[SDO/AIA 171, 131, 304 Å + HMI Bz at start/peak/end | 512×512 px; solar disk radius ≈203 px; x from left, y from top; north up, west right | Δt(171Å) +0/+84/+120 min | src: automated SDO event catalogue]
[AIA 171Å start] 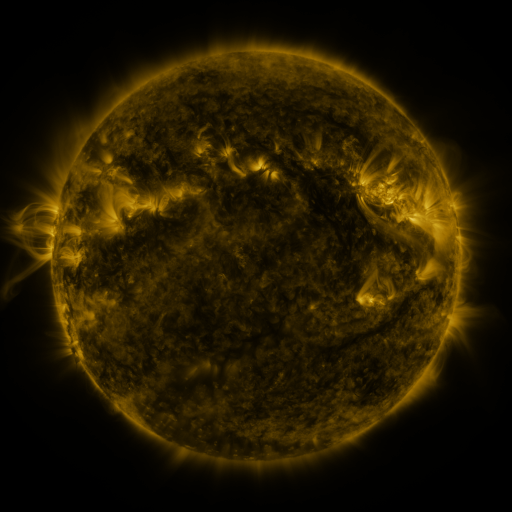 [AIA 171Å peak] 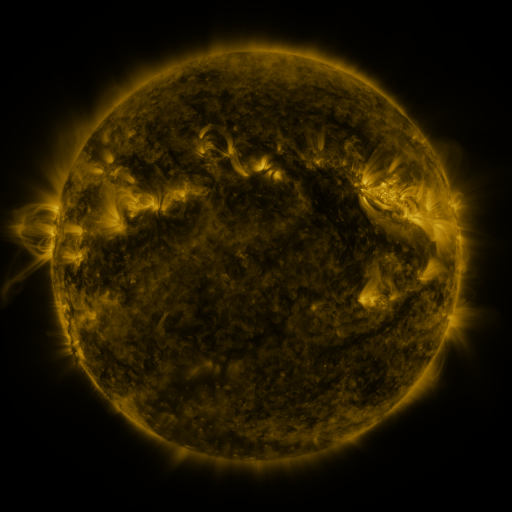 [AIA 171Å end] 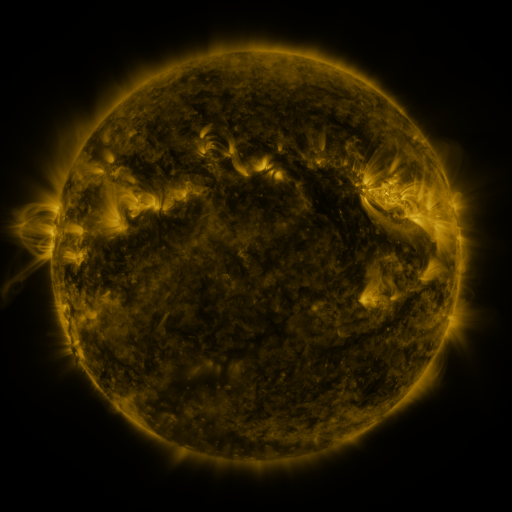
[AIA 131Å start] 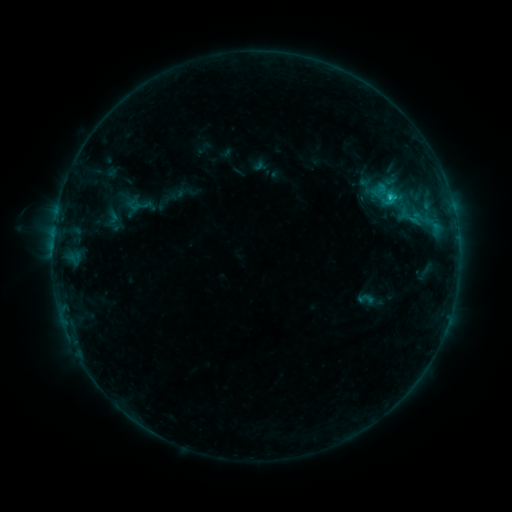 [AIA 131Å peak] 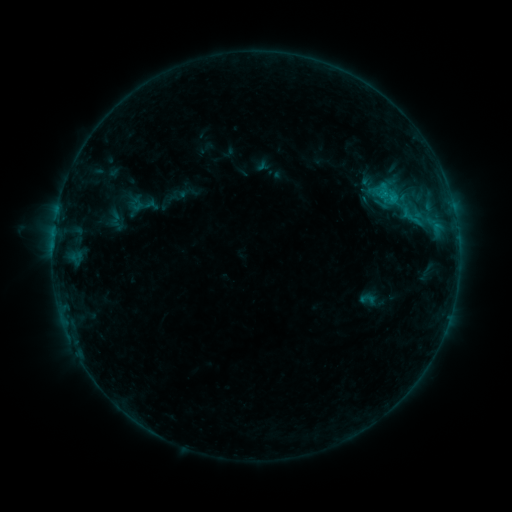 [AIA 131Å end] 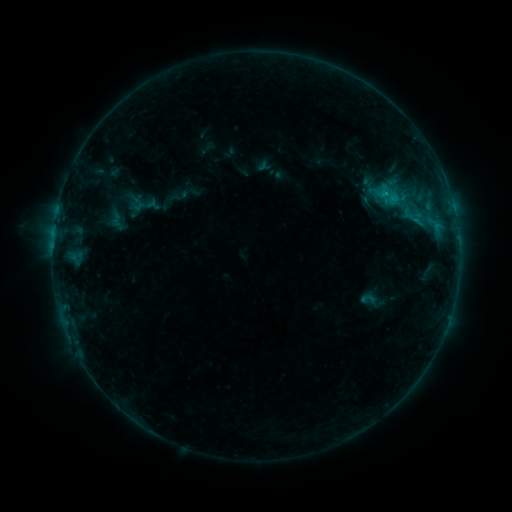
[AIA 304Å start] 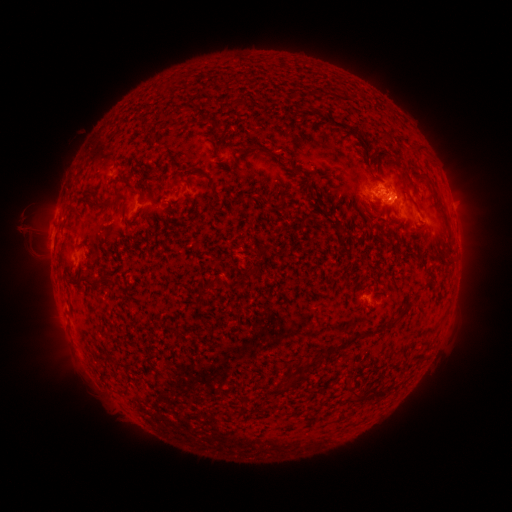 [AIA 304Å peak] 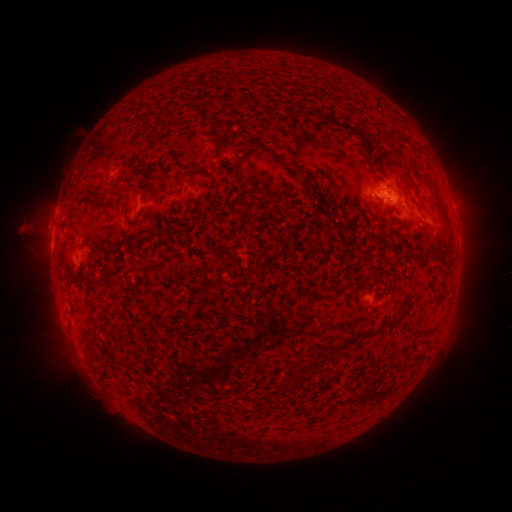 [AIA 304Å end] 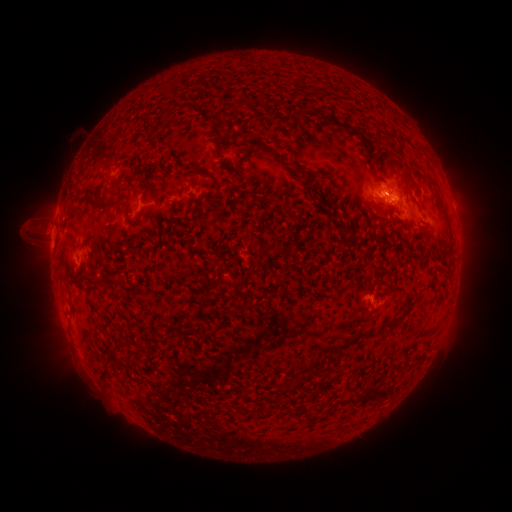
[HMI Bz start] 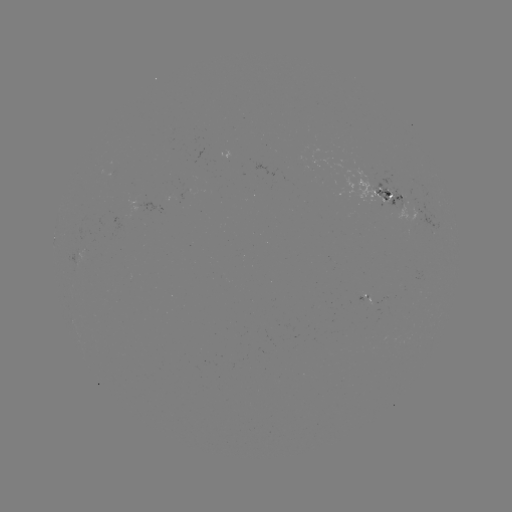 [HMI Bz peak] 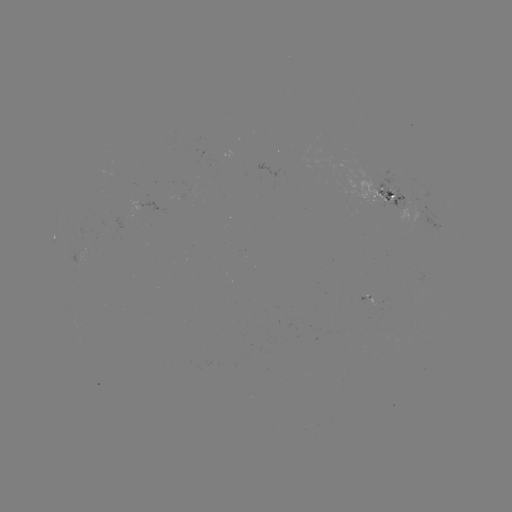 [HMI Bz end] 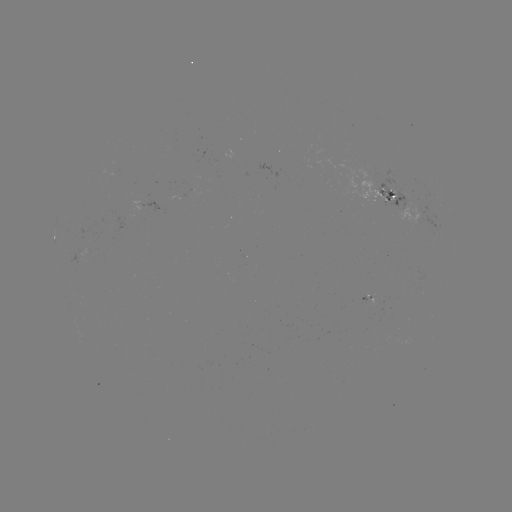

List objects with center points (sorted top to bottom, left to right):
emerging-flux region: (86, 253)
